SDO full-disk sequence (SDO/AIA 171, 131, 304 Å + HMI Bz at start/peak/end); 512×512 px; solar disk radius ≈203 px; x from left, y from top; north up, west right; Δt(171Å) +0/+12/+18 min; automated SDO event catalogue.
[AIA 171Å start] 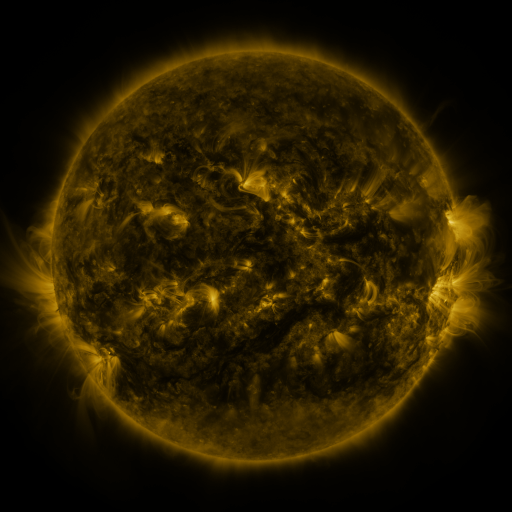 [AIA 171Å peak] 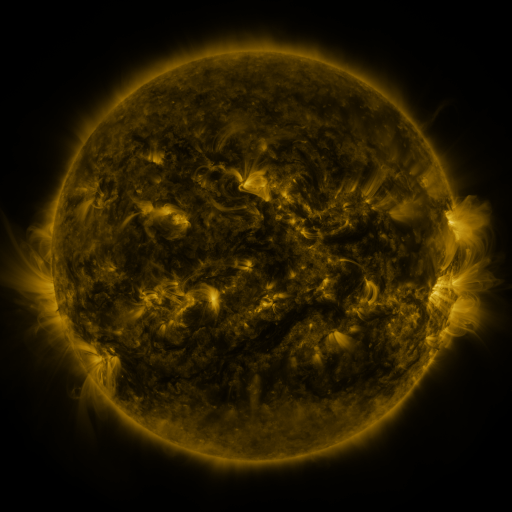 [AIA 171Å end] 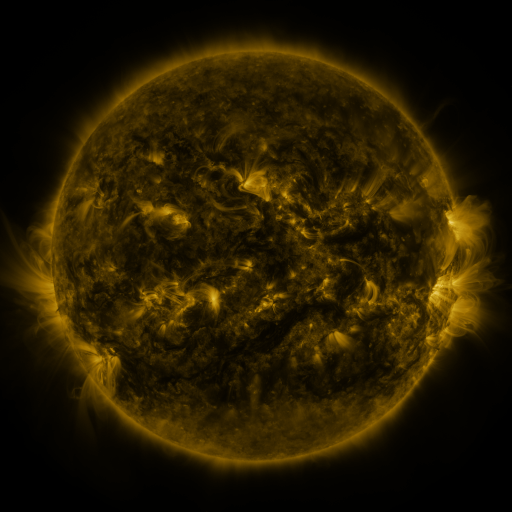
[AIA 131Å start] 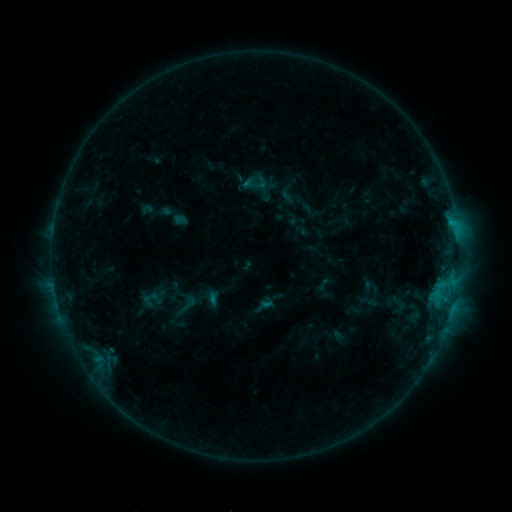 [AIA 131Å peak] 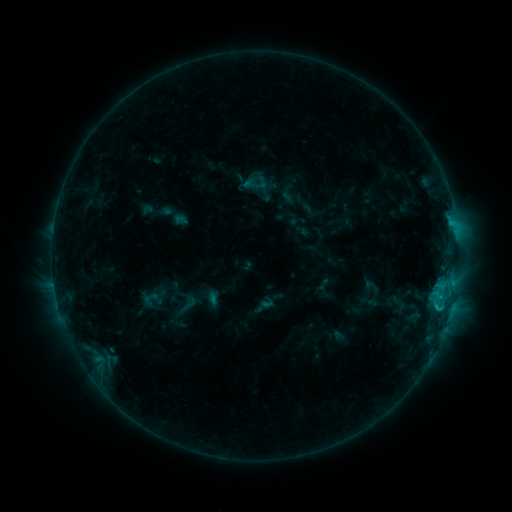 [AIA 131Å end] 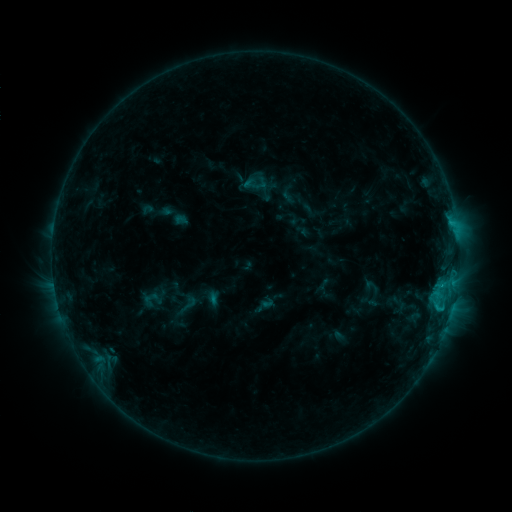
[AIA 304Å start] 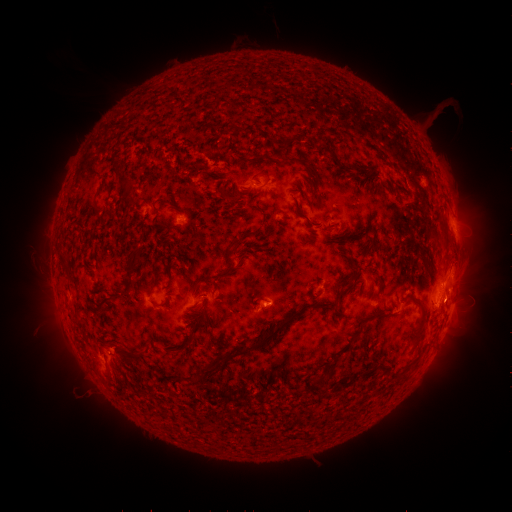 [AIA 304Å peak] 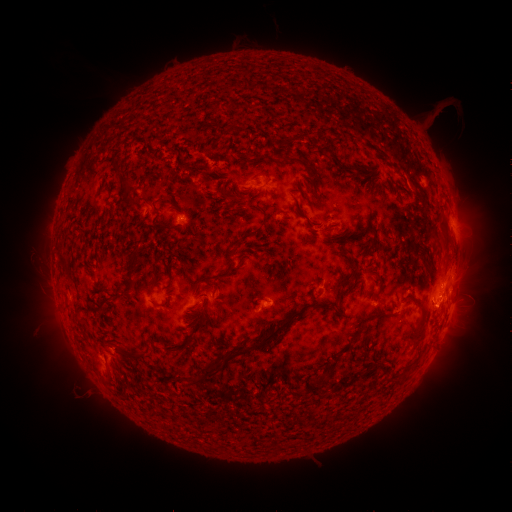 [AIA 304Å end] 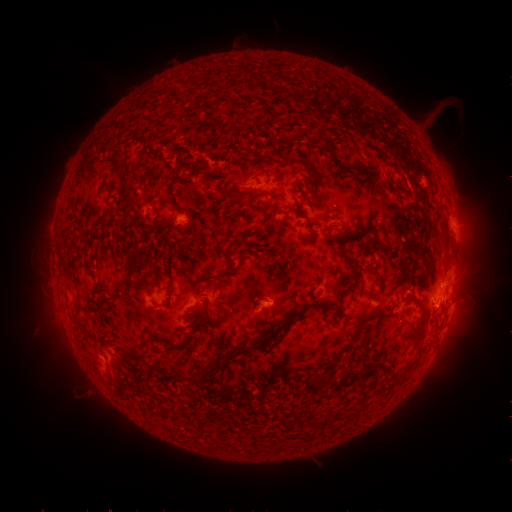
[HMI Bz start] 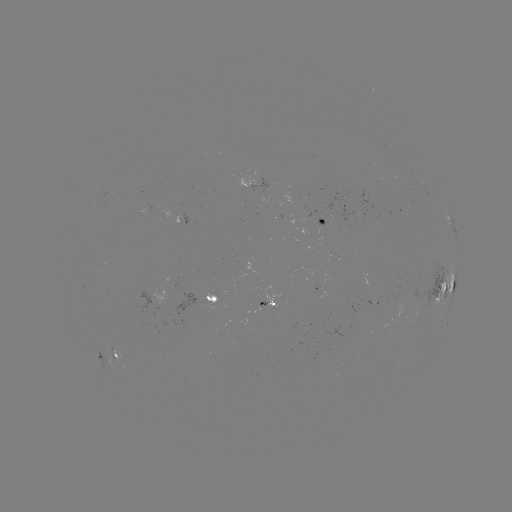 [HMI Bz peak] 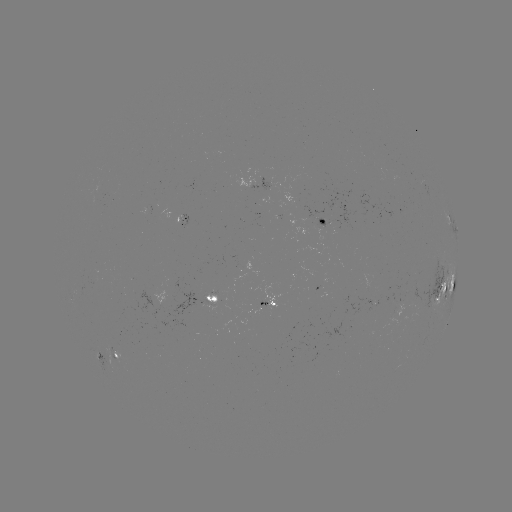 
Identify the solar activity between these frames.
C1.1 flare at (438, 306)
